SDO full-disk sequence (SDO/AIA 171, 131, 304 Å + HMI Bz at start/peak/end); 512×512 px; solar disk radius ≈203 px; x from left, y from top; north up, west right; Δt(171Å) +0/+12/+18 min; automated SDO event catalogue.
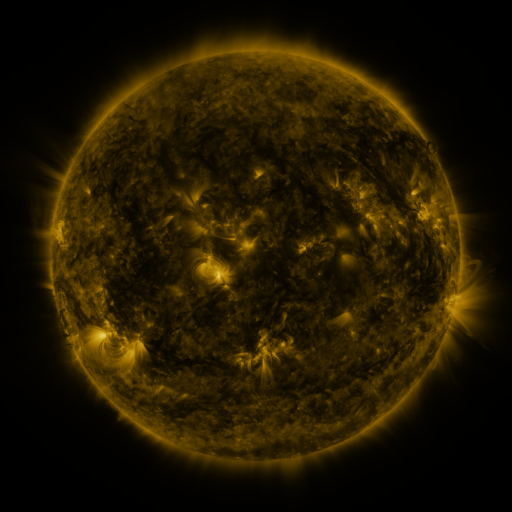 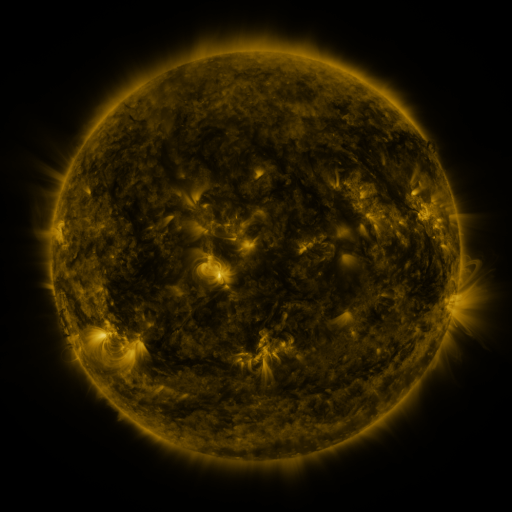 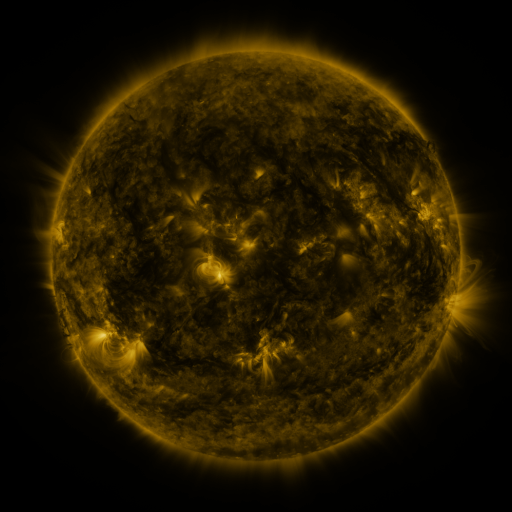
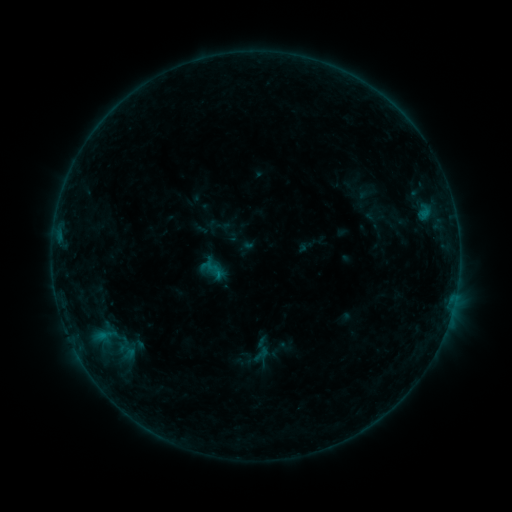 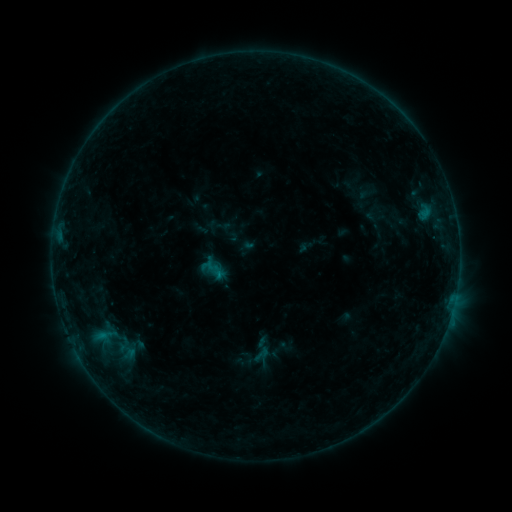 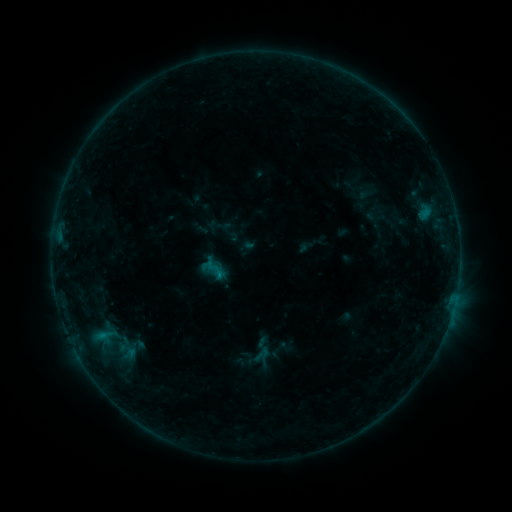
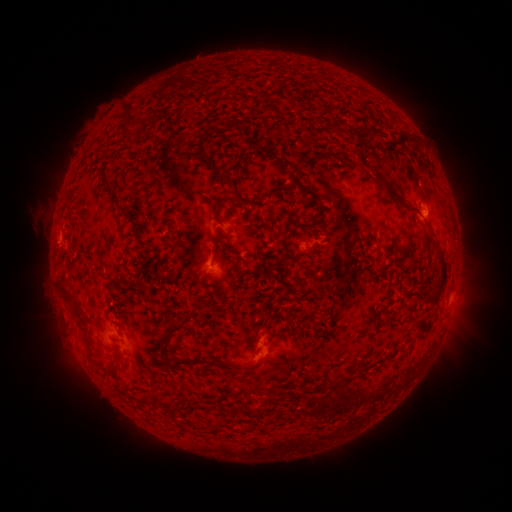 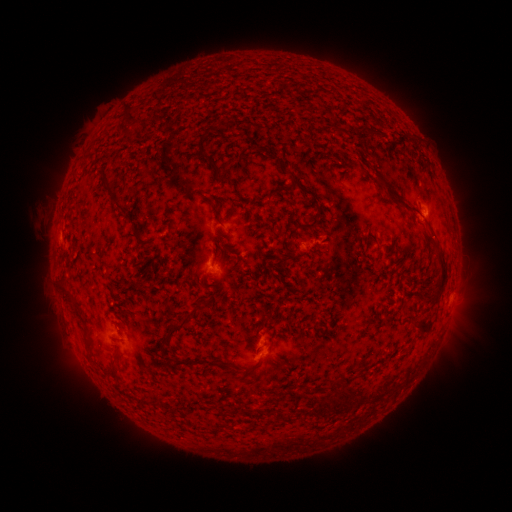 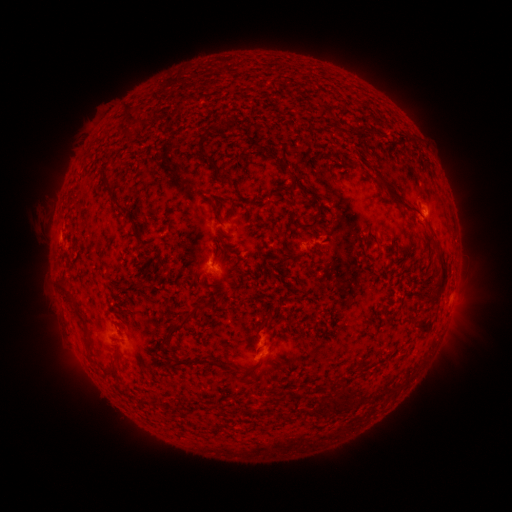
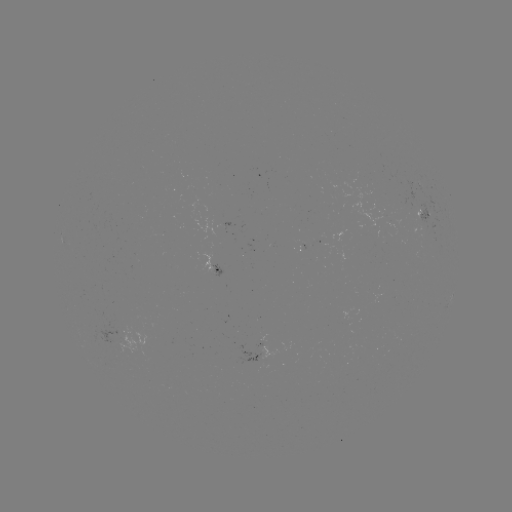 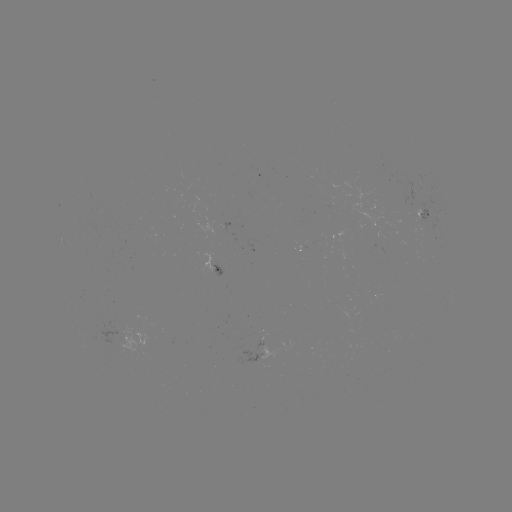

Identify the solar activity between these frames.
nothing was catalogued: no classed flare, no EUV trigger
